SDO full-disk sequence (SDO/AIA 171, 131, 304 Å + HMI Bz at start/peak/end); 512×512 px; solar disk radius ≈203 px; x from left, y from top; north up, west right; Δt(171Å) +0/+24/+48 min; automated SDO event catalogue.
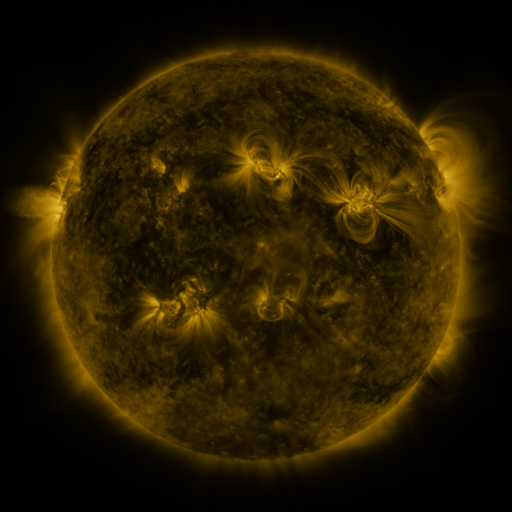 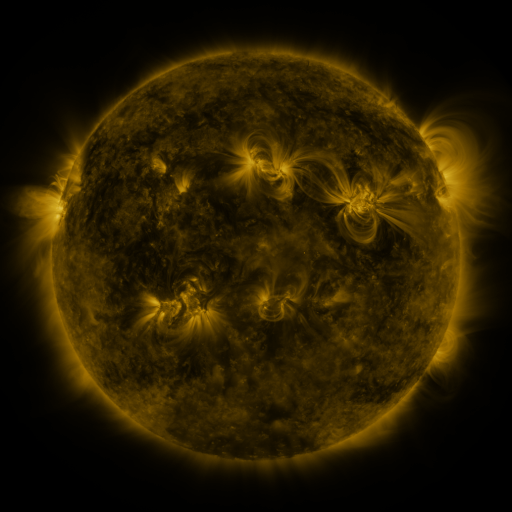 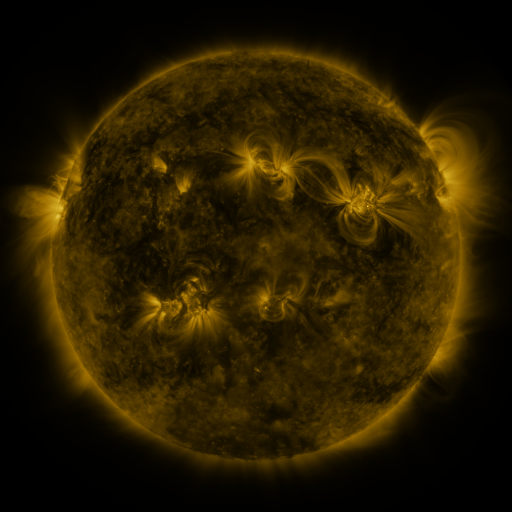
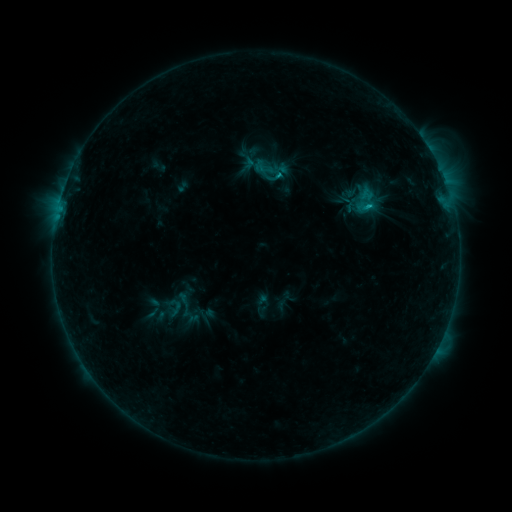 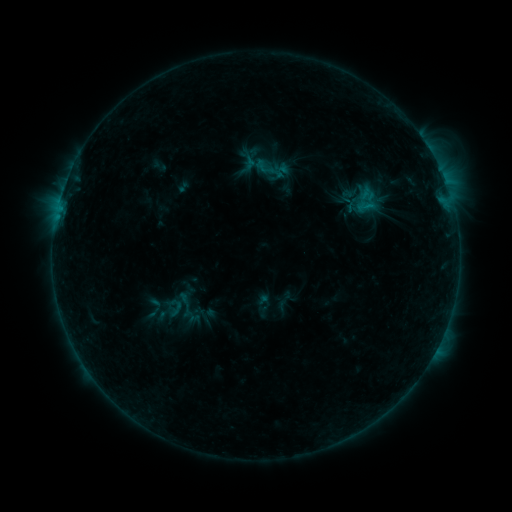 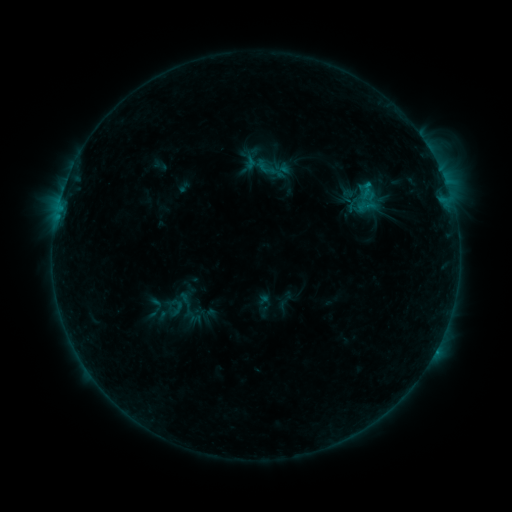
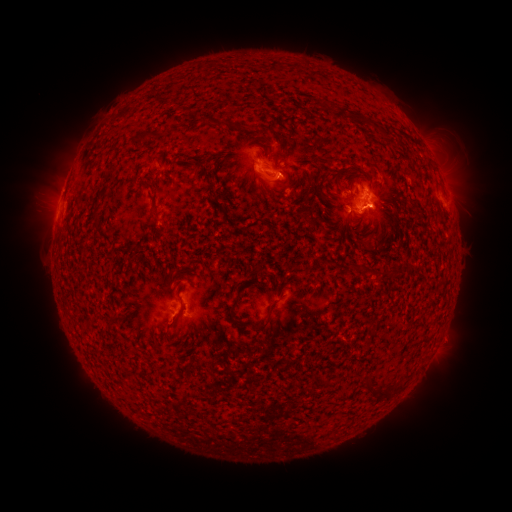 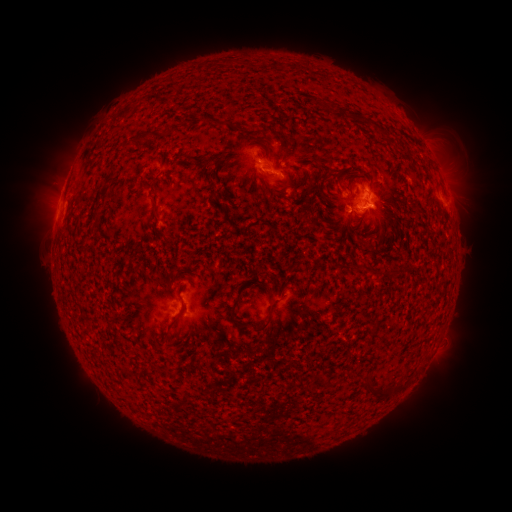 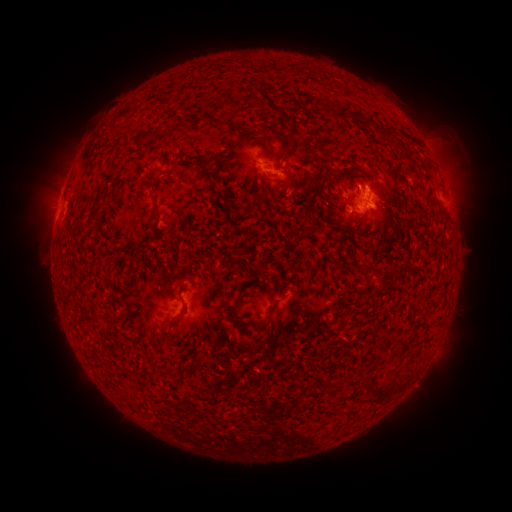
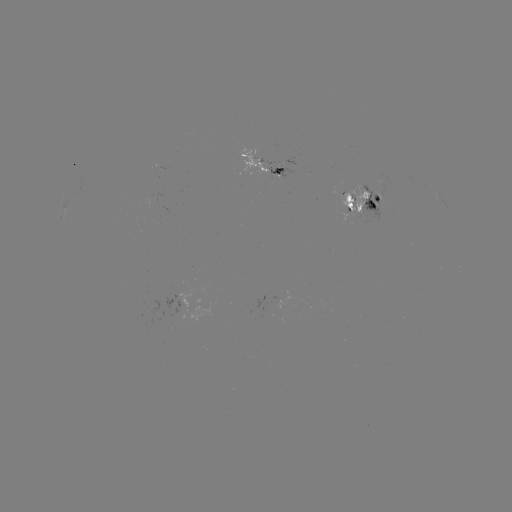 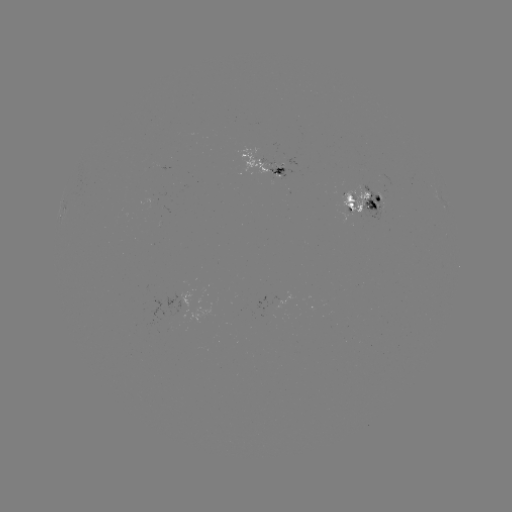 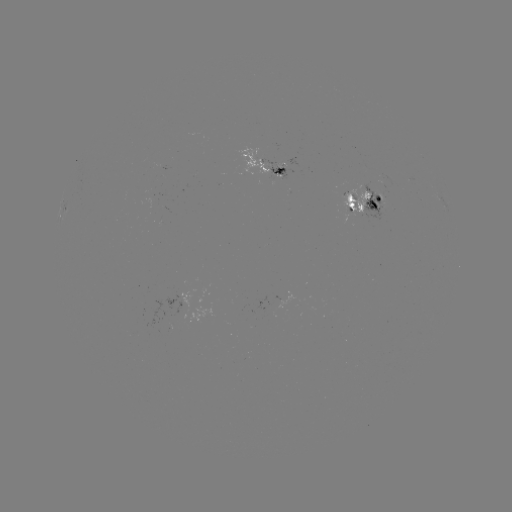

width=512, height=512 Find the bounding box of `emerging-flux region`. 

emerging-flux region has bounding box [172, 294, 191, 312].